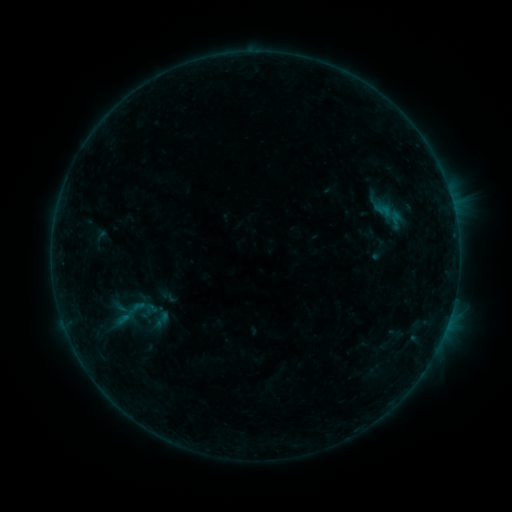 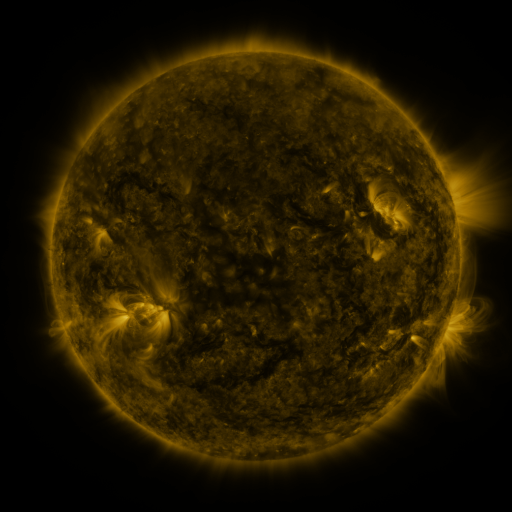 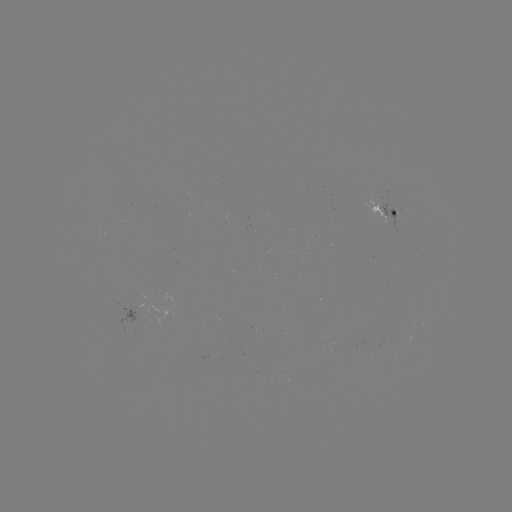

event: sigmoid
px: (128, 314)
